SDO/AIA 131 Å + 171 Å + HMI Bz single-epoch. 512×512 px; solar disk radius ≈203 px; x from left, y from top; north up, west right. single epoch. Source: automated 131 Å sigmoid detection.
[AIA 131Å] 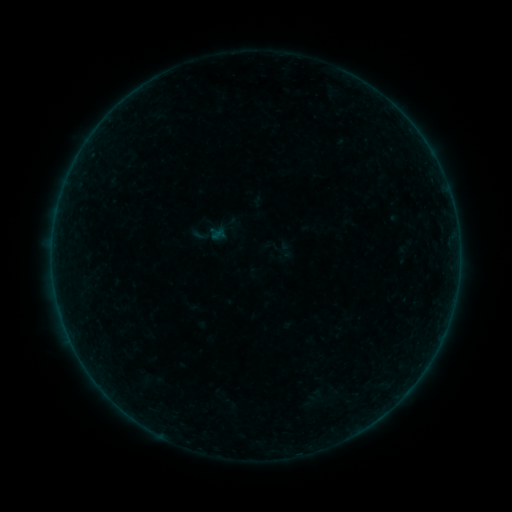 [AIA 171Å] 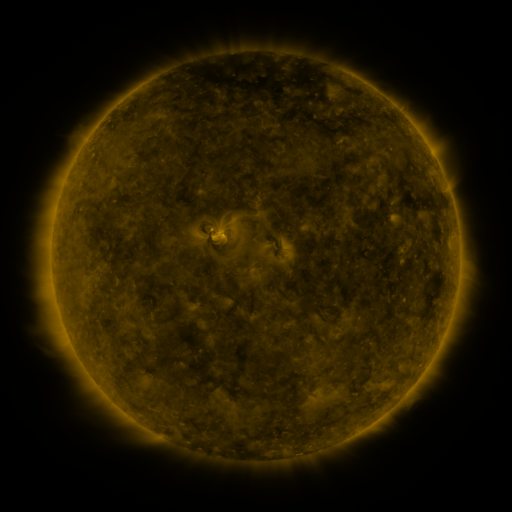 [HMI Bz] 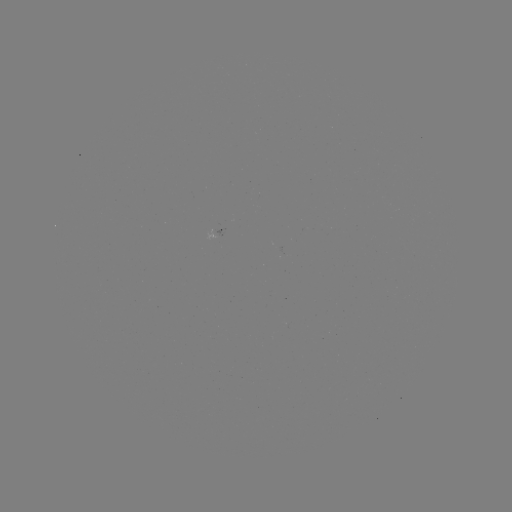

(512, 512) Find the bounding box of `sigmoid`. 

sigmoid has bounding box [191, 225, 210, 245].